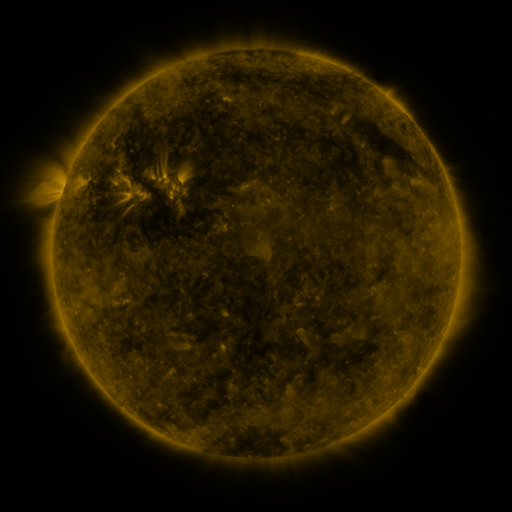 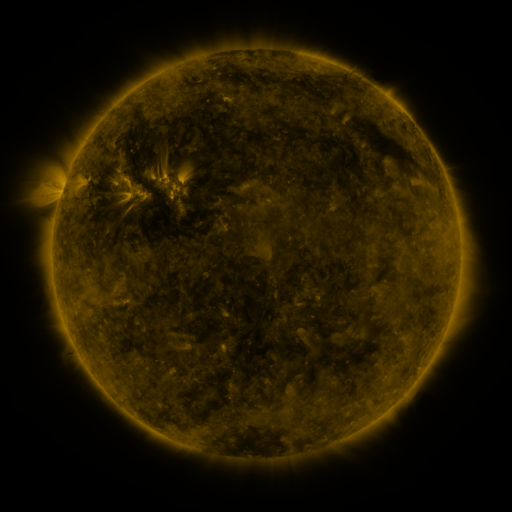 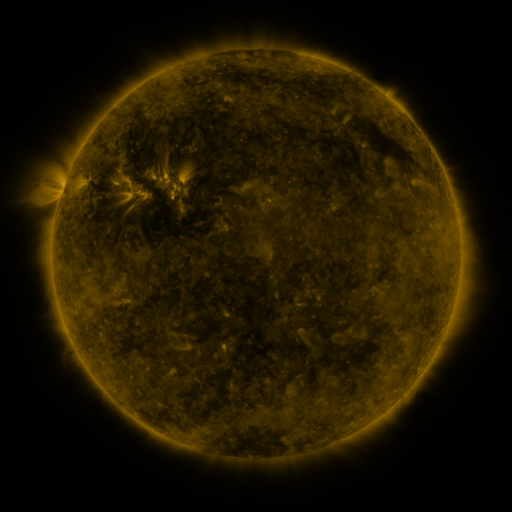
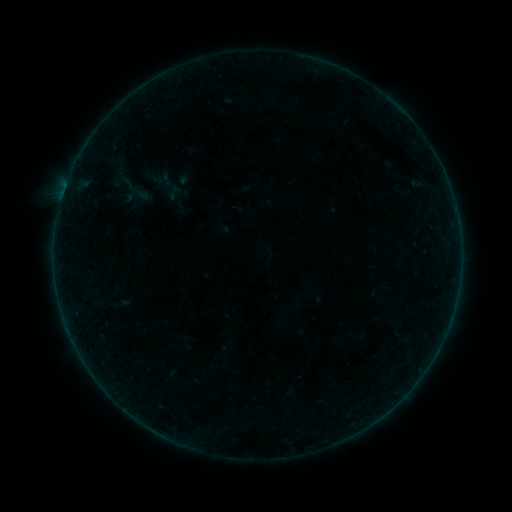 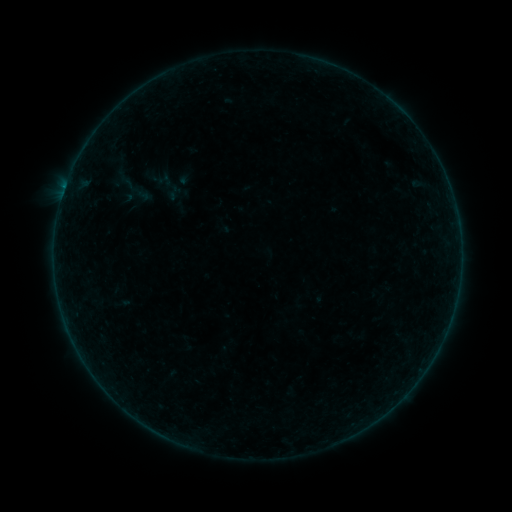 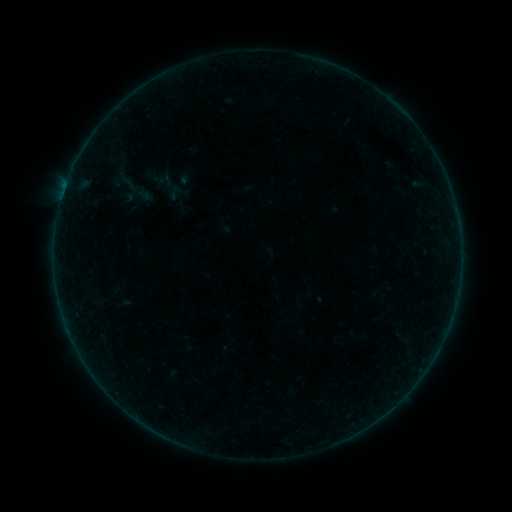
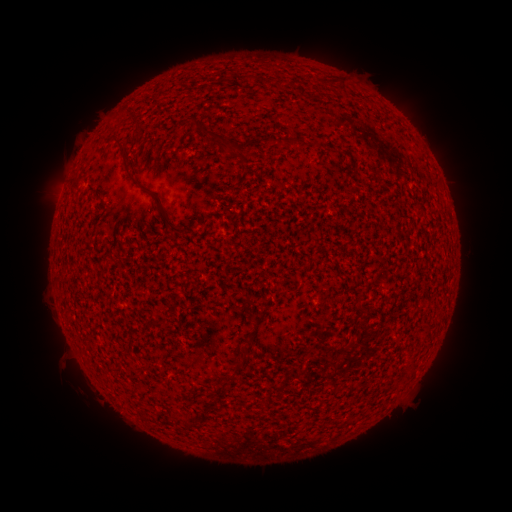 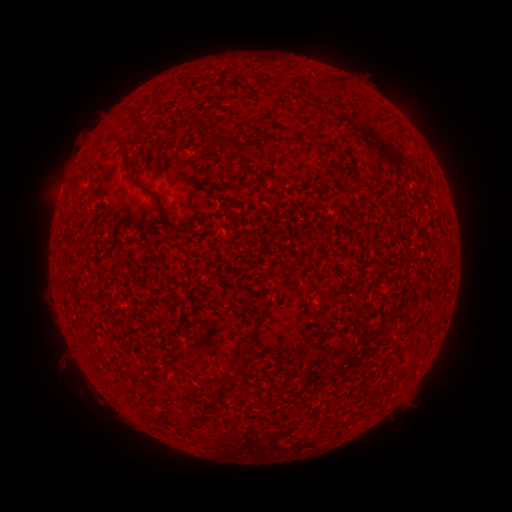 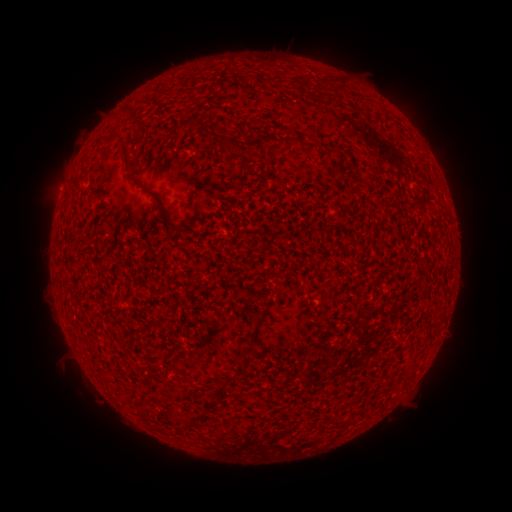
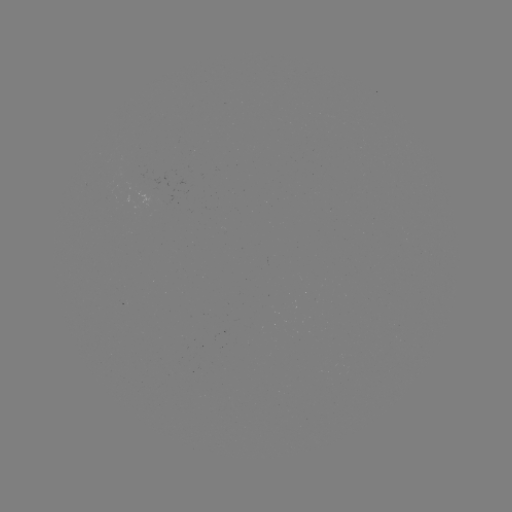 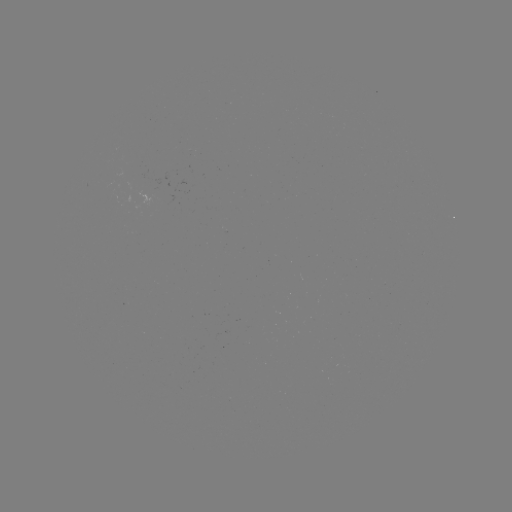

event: flare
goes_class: A7.0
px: (445, 201)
